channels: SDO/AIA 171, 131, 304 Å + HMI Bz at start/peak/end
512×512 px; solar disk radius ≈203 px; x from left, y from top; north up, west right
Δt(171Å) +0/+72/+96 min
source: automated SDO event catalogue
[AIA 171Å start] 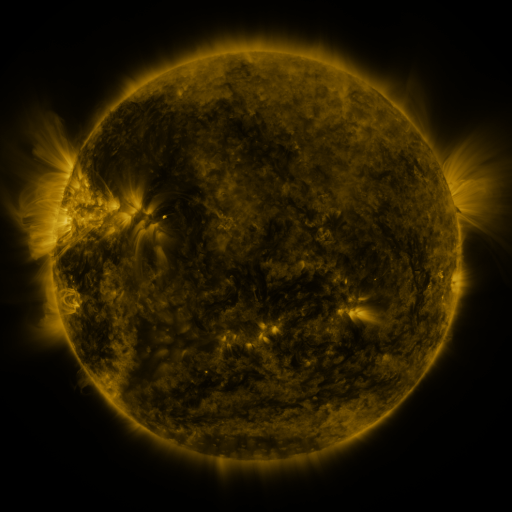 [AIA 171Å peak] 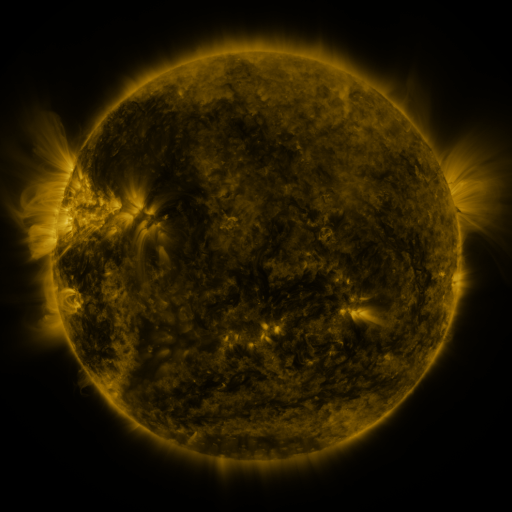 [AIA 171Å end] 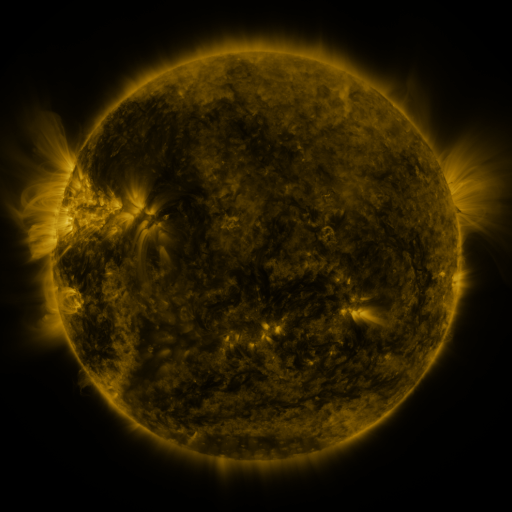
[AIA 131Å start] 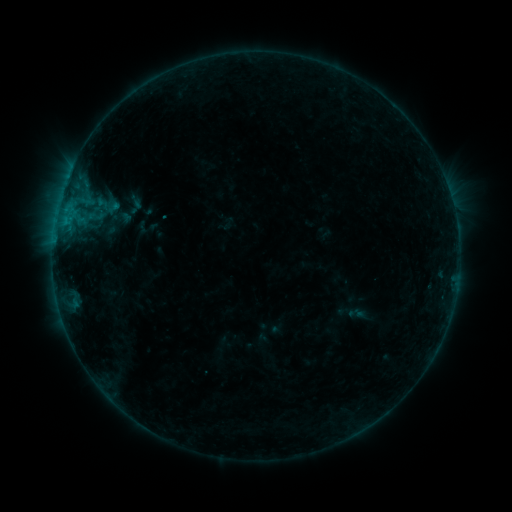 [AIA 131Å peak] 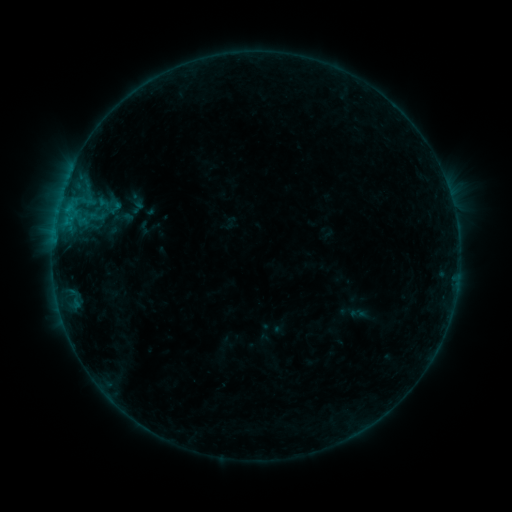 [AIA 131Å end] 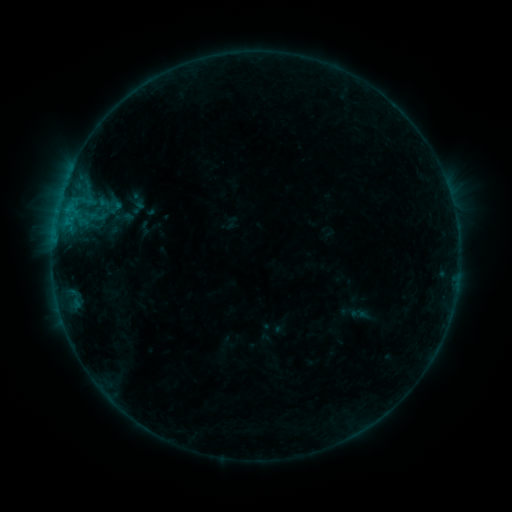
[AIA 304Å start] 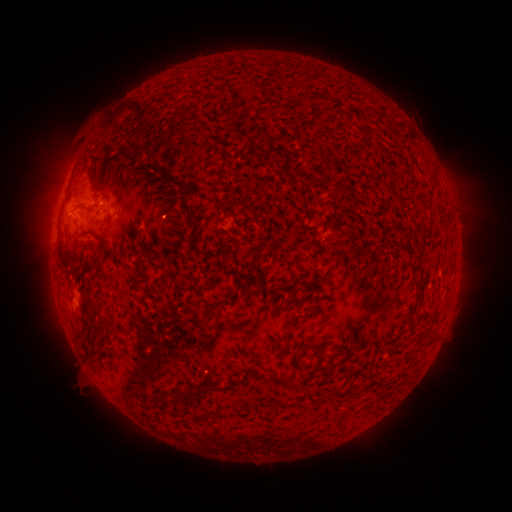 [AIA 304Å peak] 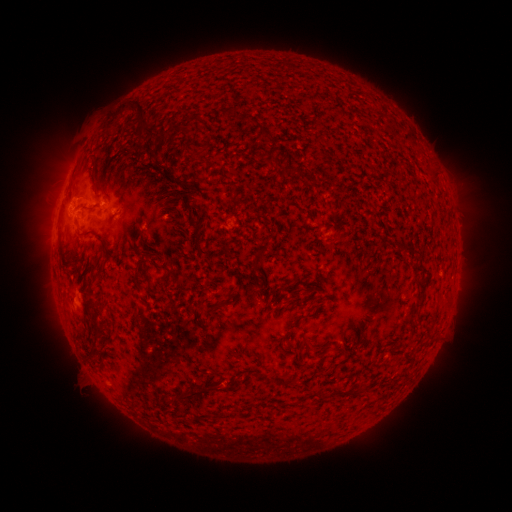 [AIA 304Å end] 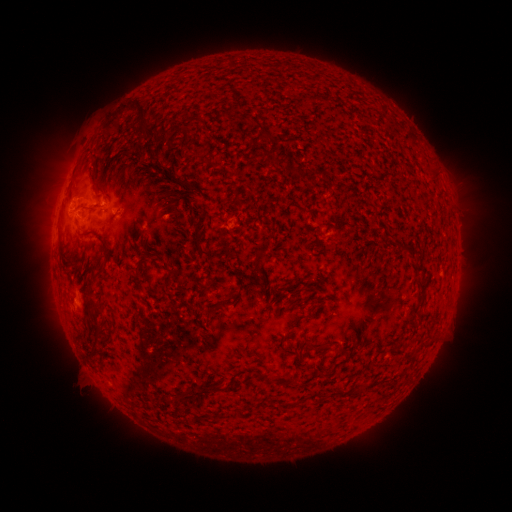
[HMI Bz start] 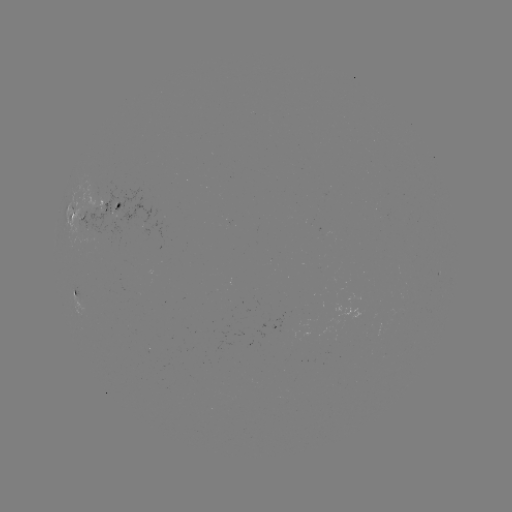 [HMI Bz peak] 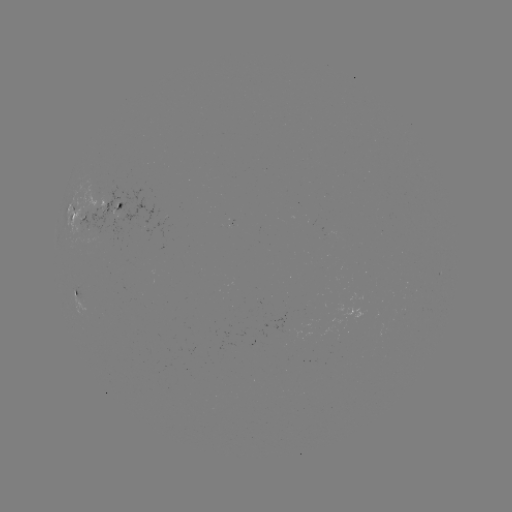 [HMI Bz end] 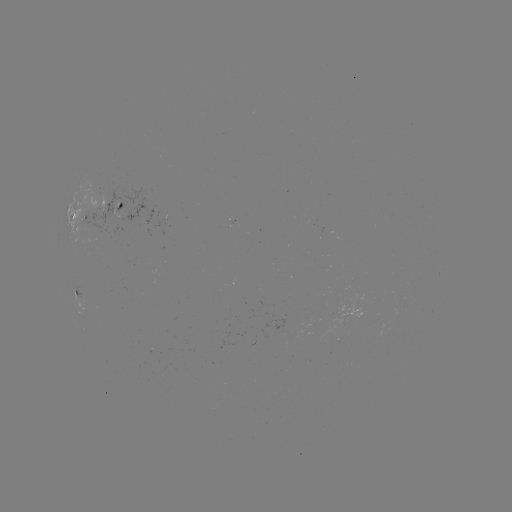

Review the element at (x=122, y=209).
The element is emerging-flux region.